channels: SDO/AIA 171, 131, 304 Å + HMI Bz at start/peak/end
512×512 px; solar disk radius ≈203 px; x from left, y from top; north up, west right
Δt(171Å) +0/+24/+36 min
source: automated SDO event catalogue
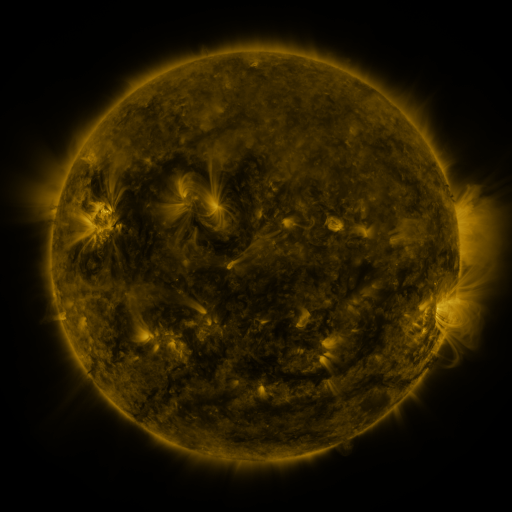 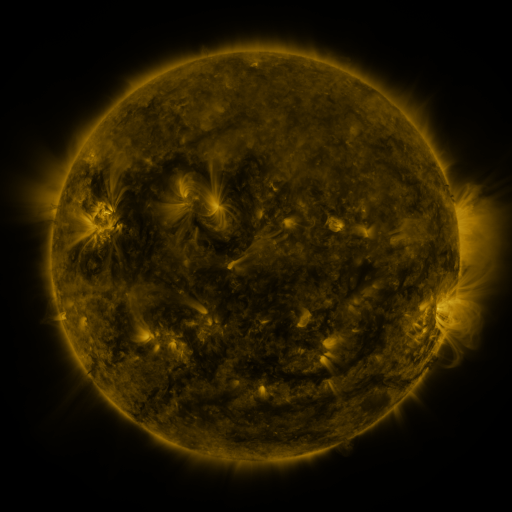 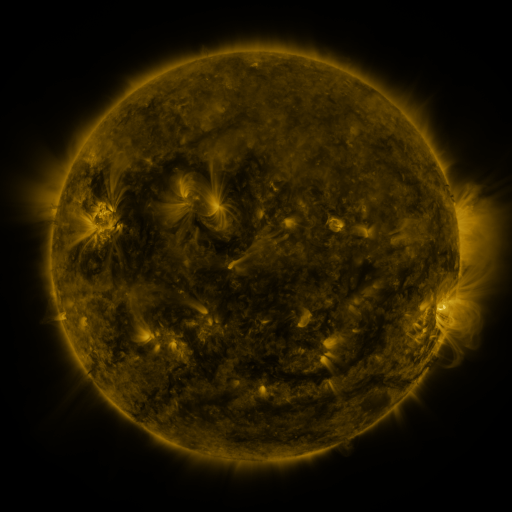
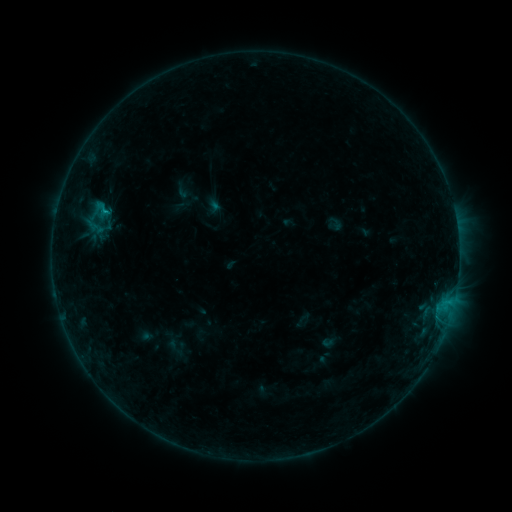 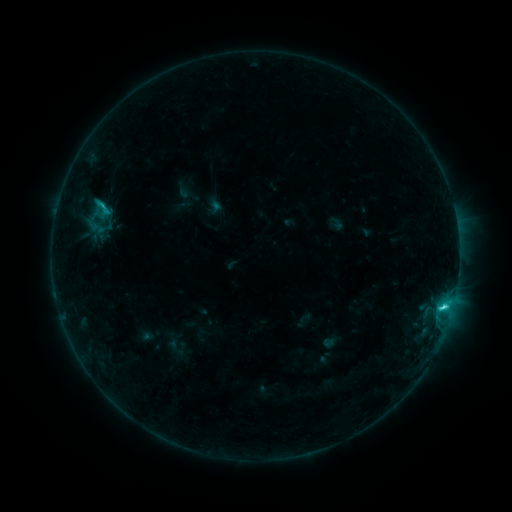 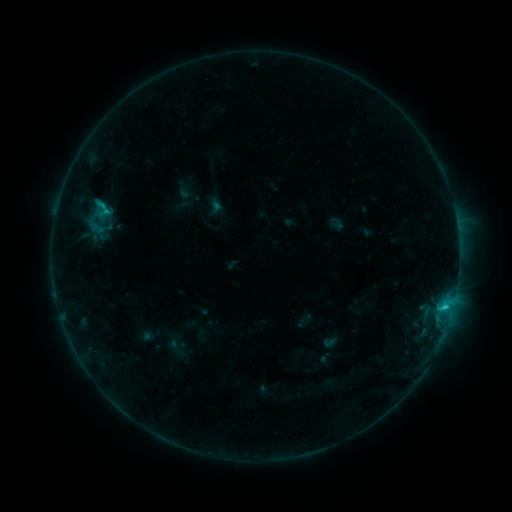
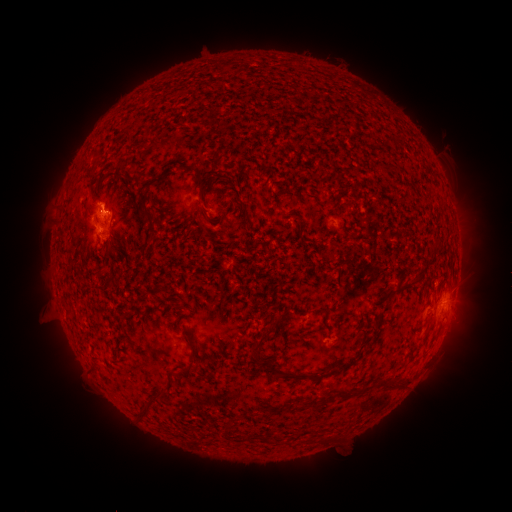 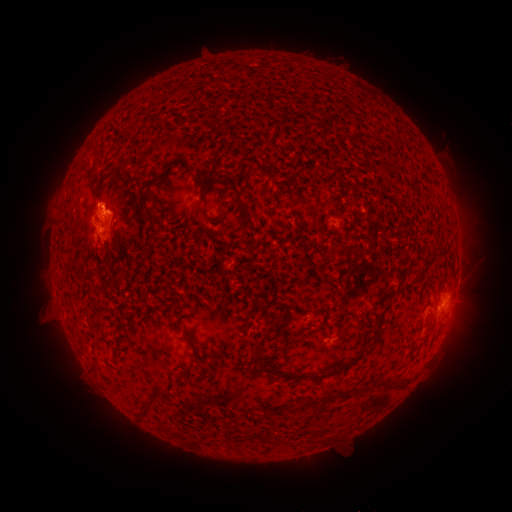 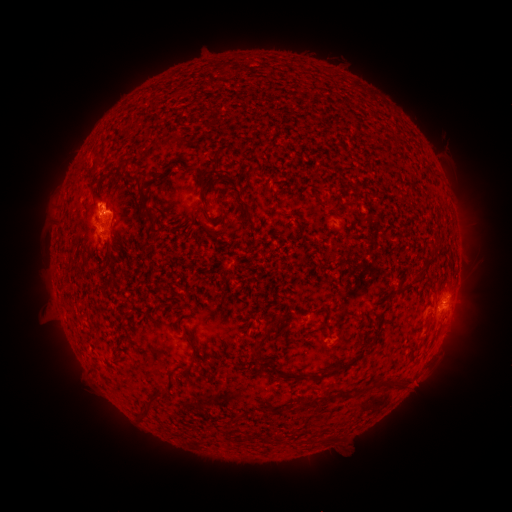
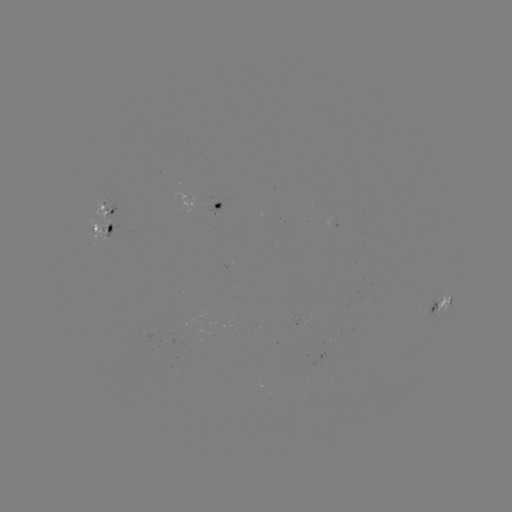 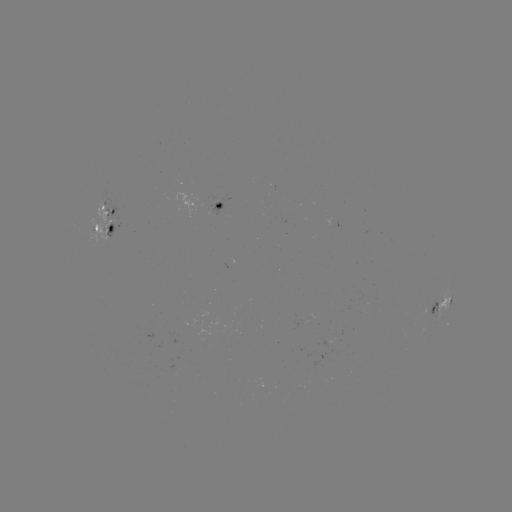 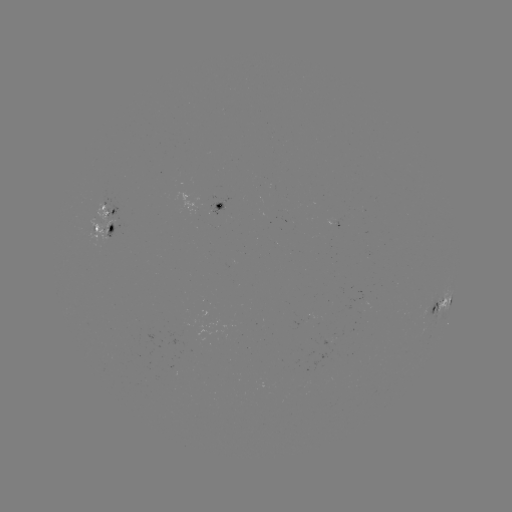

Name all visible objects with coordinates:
C2.5 flare: (443, 306)
